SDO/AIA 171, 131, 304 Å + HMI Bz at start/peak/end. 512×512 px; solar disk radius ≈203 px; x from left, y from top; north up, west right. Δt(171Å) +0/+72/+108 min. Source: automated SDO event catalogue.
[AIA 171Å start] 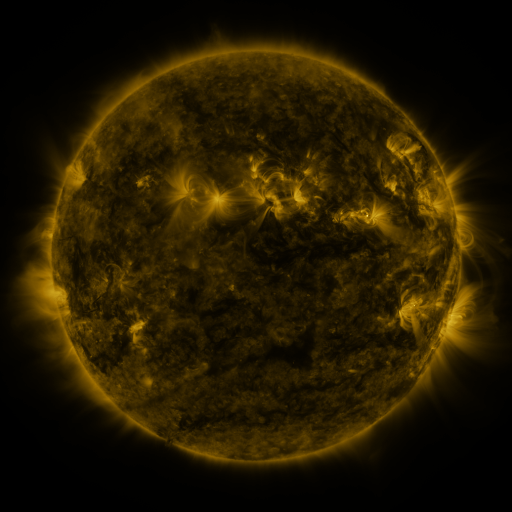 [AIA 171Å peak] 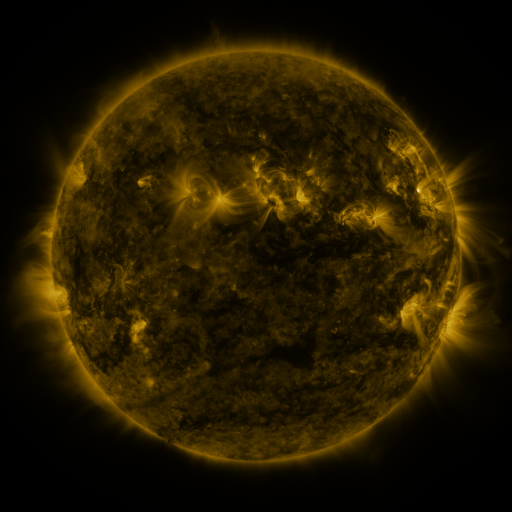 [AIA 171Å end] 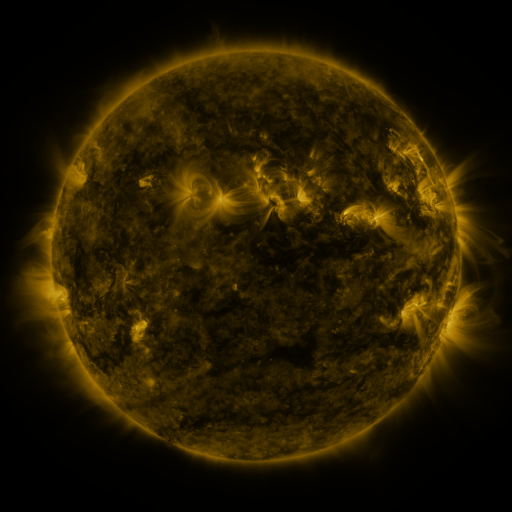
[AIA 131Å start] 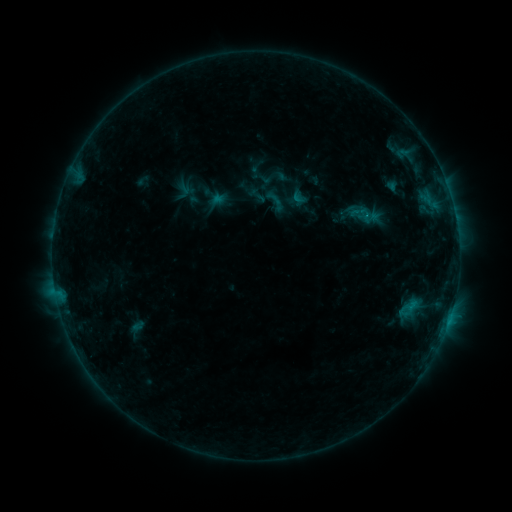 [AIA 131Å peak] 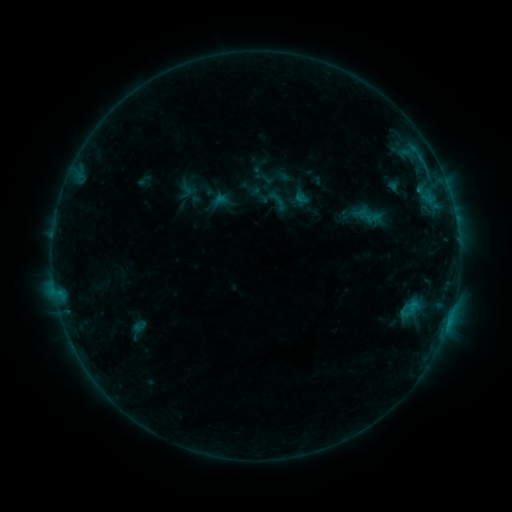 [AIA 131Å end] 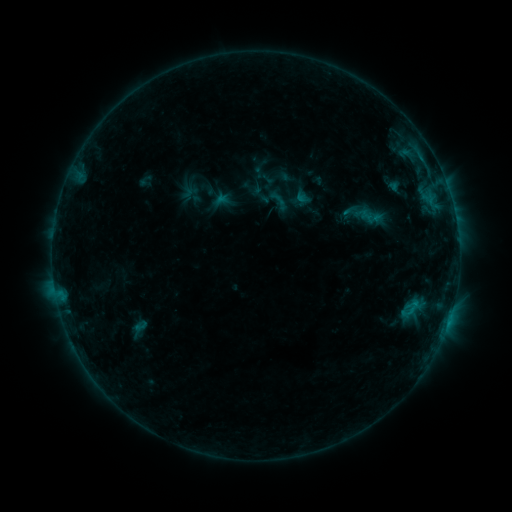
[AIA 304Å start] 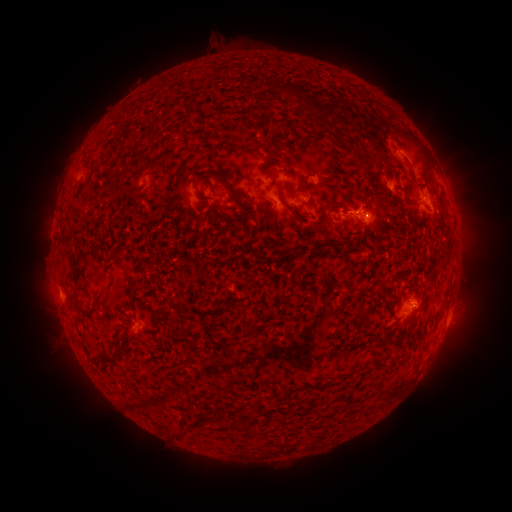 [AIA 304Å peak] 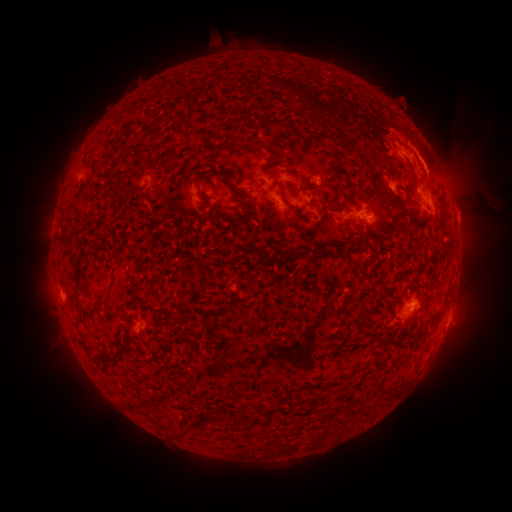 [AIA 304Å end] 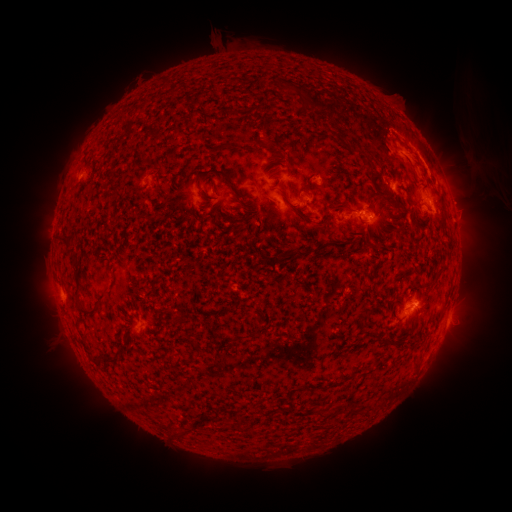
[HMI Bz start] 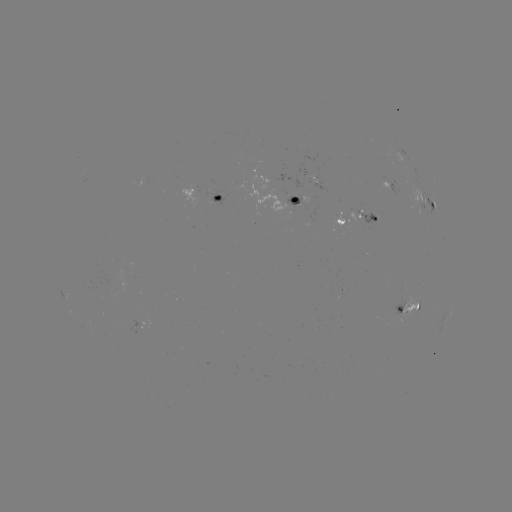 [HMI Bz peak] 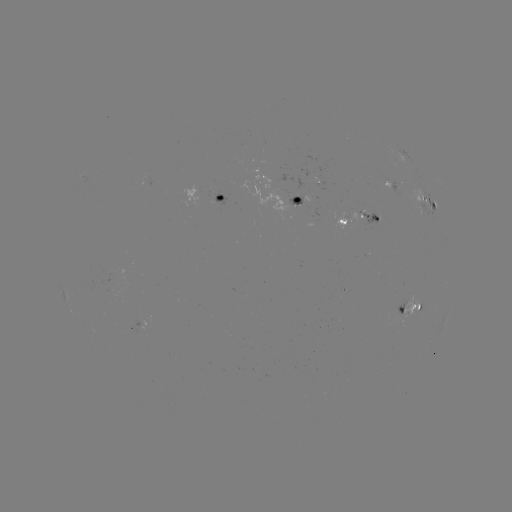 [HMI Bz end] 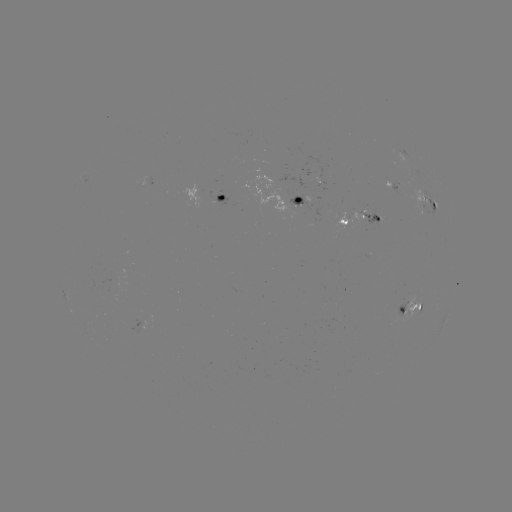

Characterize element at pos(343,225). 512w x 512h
emerging-flux region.